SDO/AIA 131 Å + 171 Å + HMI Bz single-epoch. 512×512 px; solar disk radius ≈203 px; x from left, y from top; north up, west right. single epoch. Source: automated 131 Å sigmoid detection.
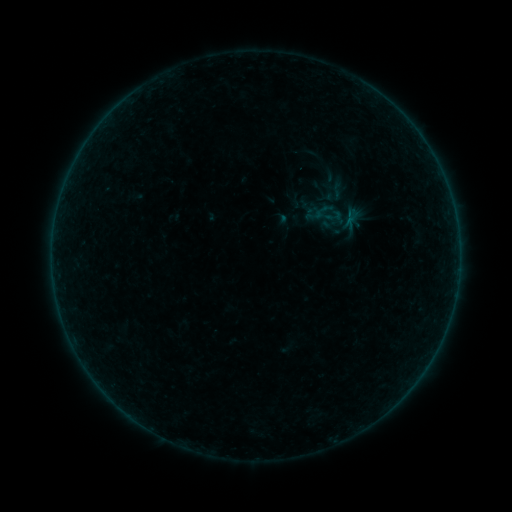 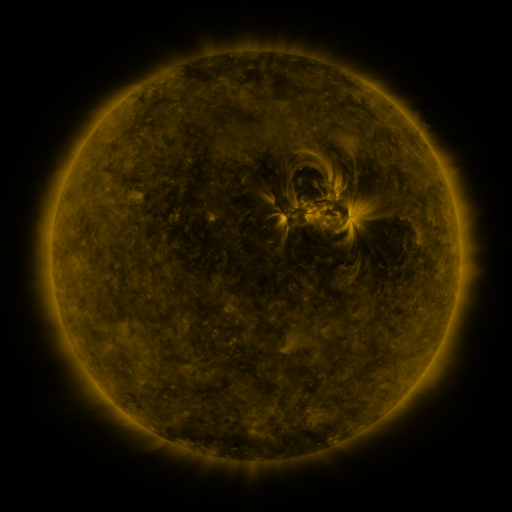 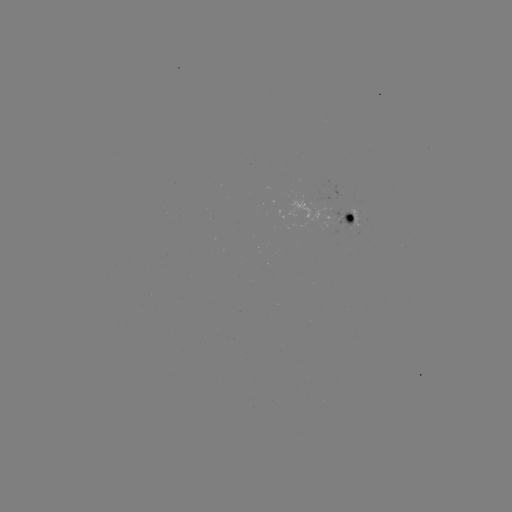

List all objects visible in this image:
sigmoid: [325, 180, 348, 201]
sigmoid: [324, 207, 343, 225]
